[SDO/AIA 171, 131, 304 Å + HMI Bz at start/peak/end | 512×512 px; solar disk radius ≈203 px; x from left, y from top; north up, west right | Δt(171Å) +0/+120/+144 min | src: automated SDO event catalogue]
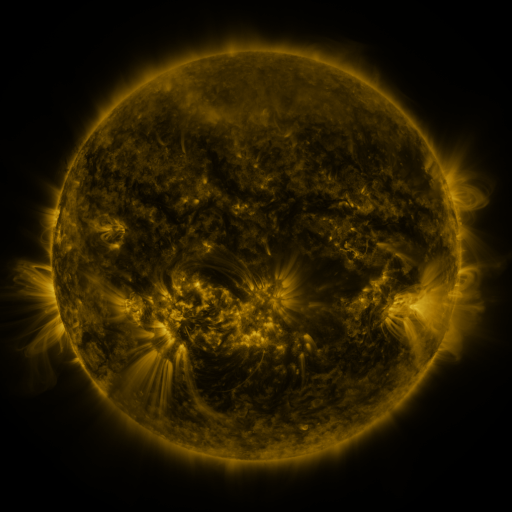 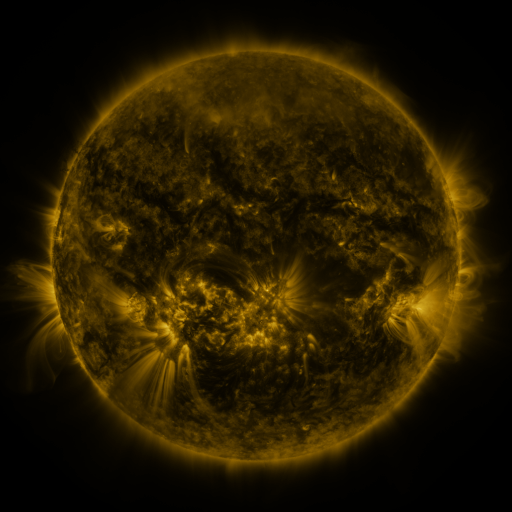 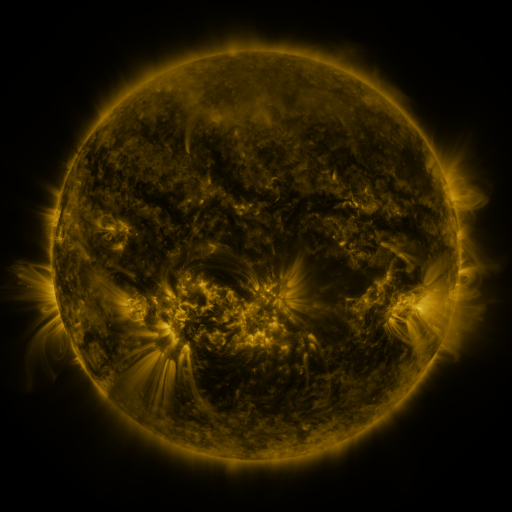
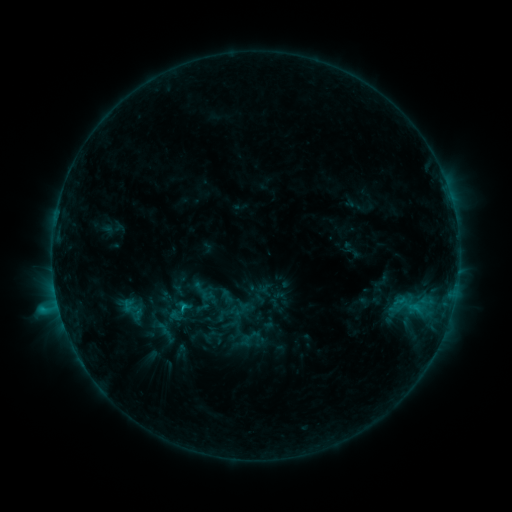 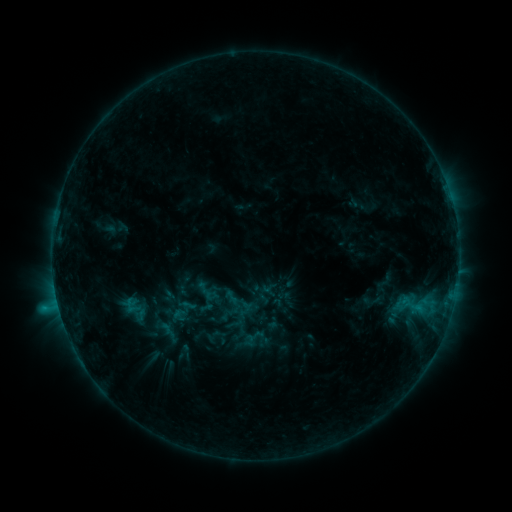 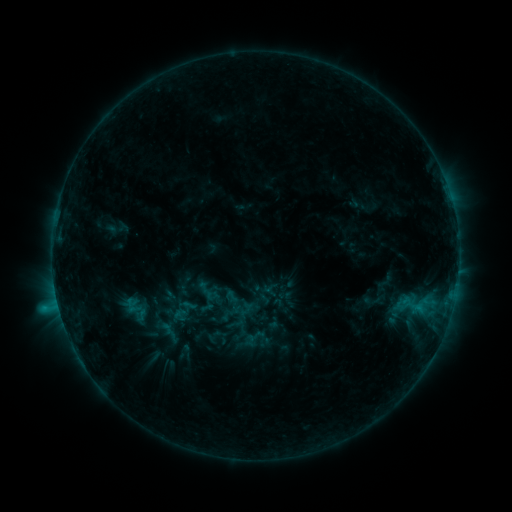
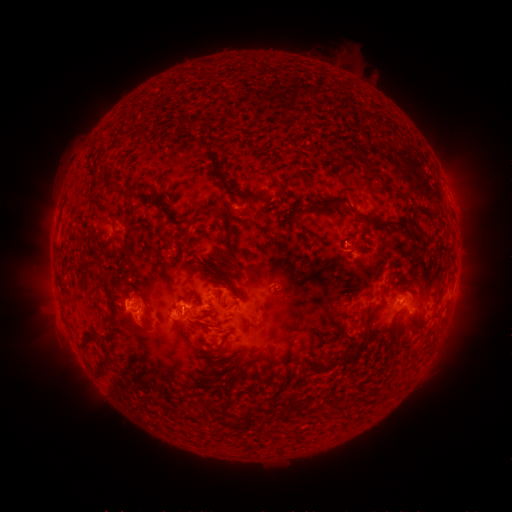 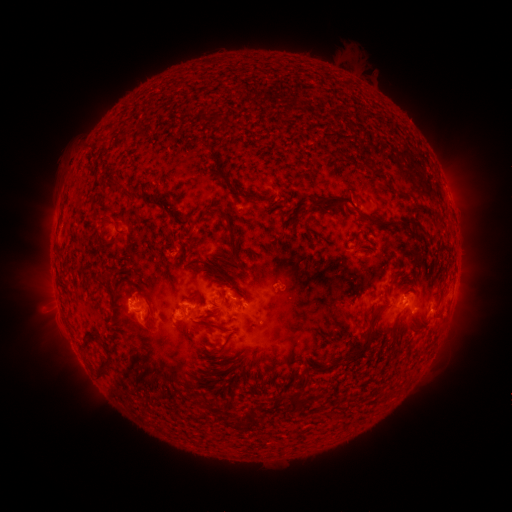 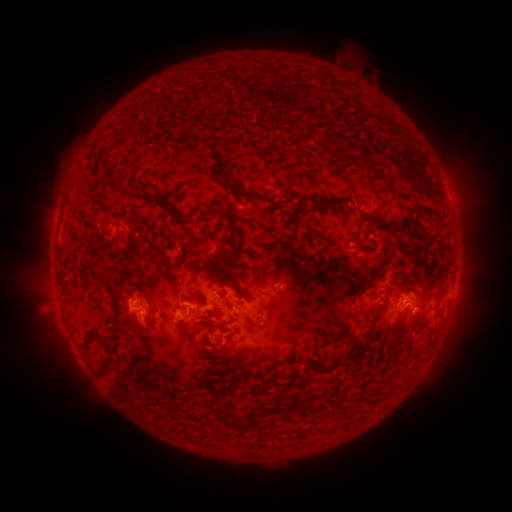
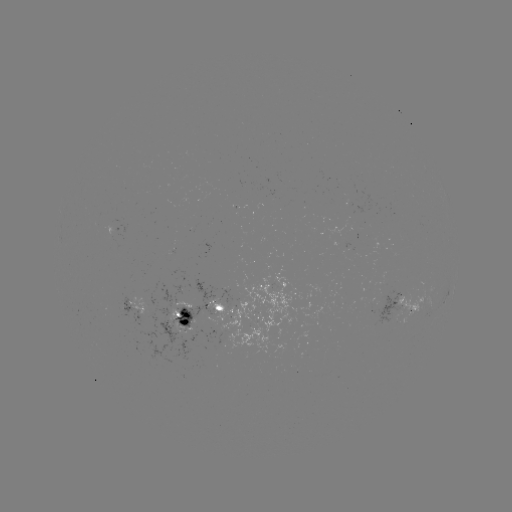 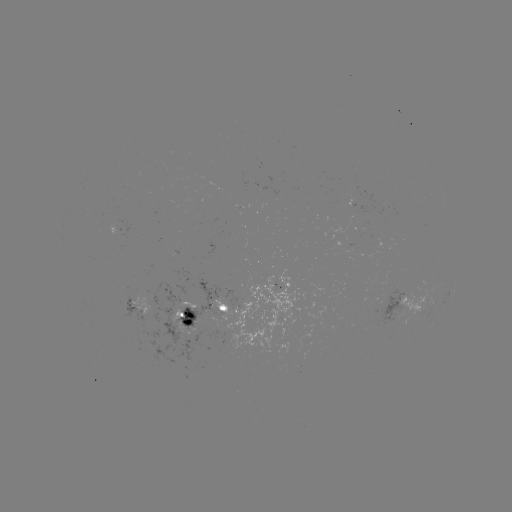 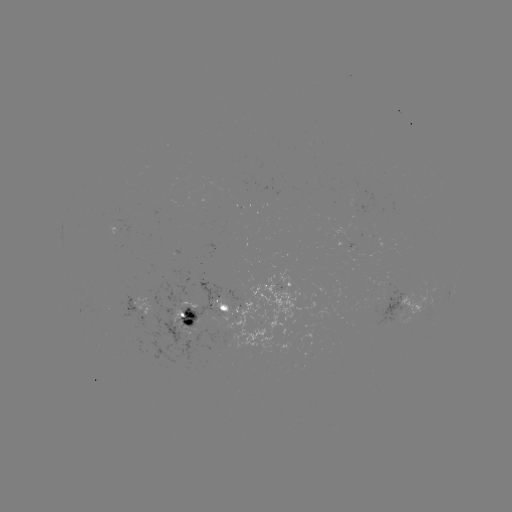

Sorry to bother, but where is emerging-flux region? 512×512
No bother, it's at (144, 303).